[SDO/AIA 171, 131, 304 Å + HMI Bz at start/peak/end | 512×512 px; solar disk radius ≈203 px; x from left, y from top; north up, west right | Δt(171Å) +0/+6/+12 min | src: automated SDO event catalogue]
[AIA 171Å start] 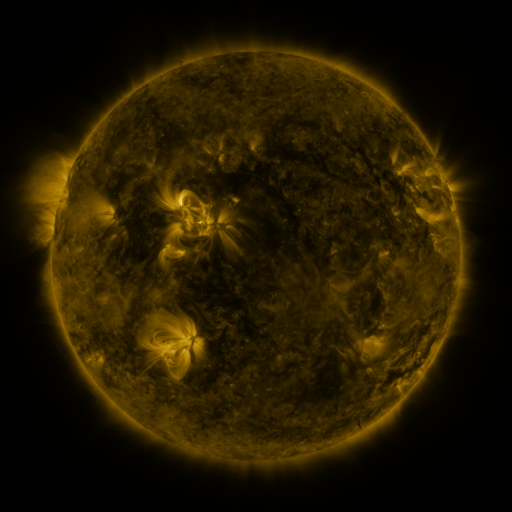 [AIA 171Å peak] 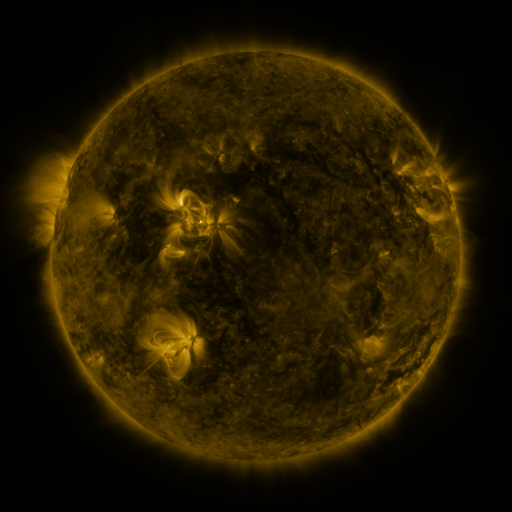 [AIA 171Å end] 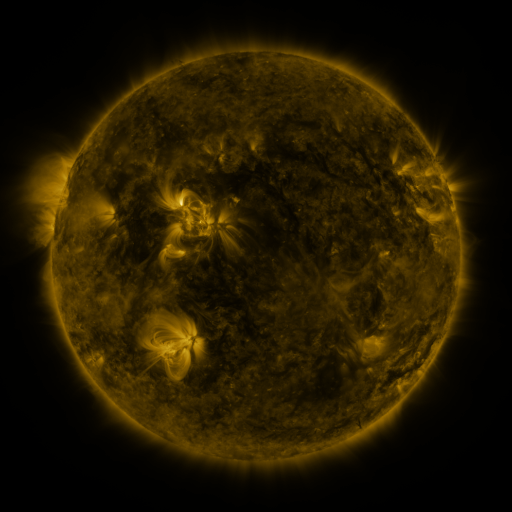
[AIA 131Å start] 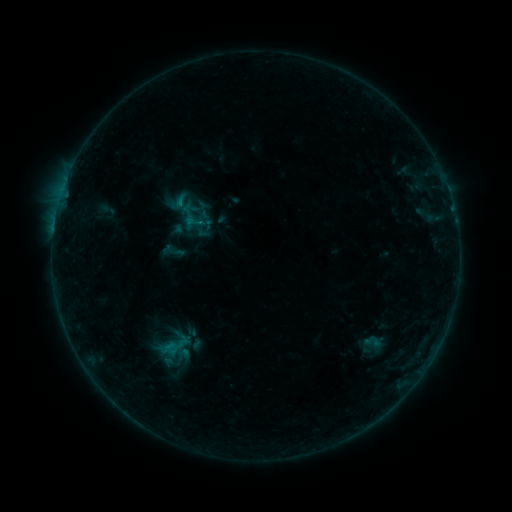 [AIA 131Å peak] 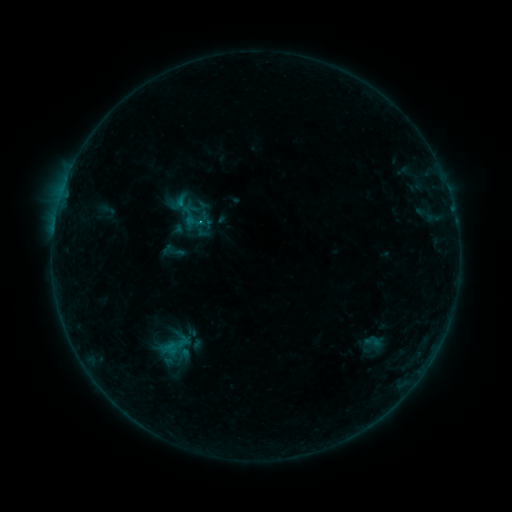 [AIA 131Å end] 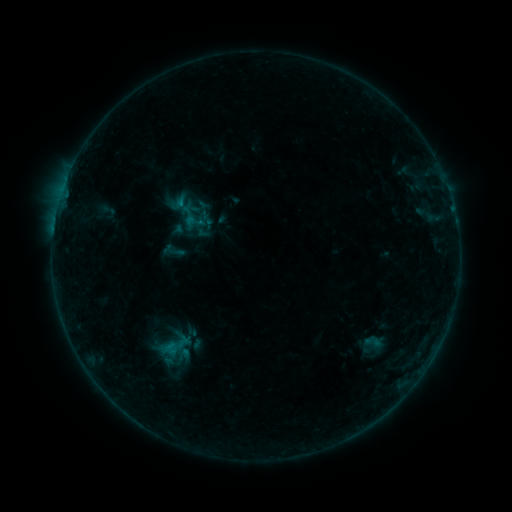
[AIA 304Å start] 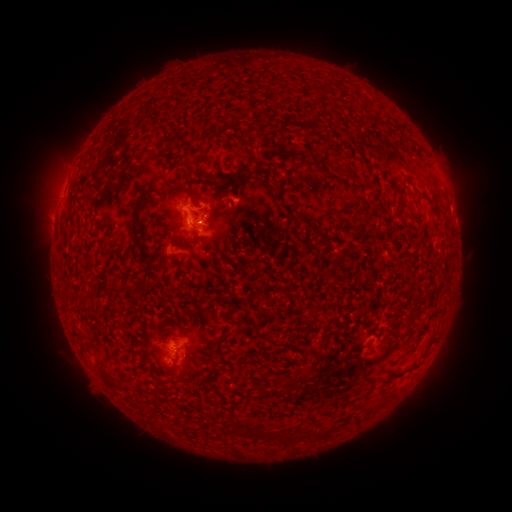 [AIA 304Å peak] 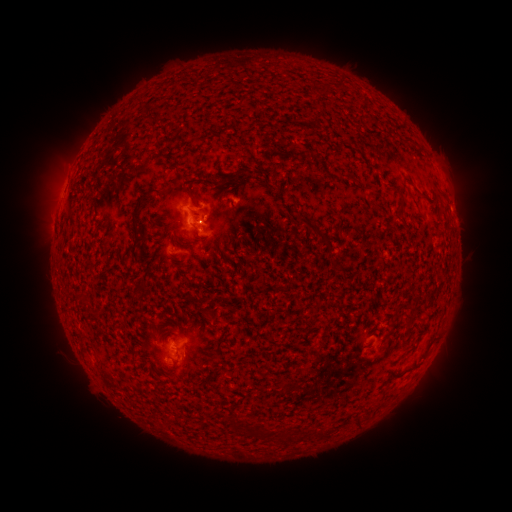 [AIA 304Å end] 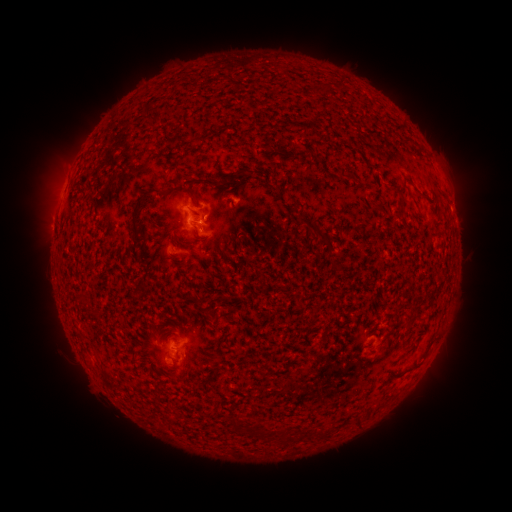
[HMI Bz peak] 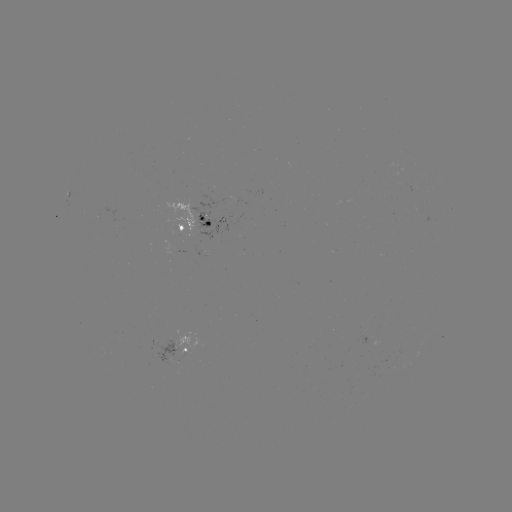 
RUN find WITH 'B5.7 flare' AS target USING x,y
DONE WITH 201,222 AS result